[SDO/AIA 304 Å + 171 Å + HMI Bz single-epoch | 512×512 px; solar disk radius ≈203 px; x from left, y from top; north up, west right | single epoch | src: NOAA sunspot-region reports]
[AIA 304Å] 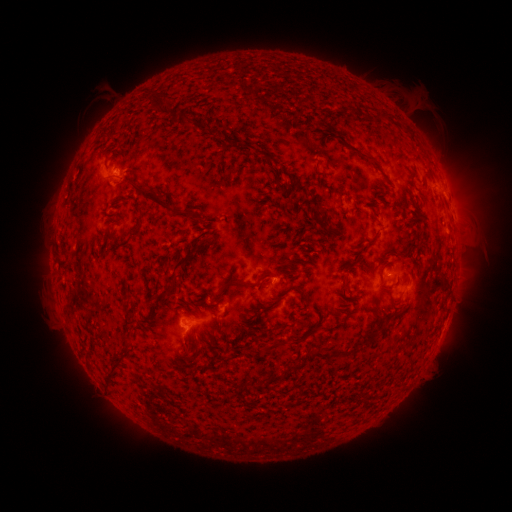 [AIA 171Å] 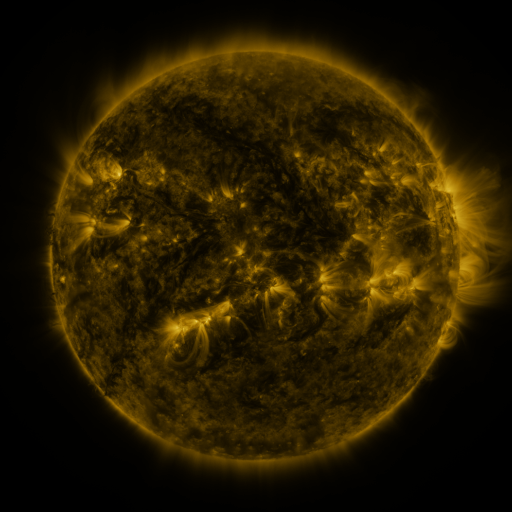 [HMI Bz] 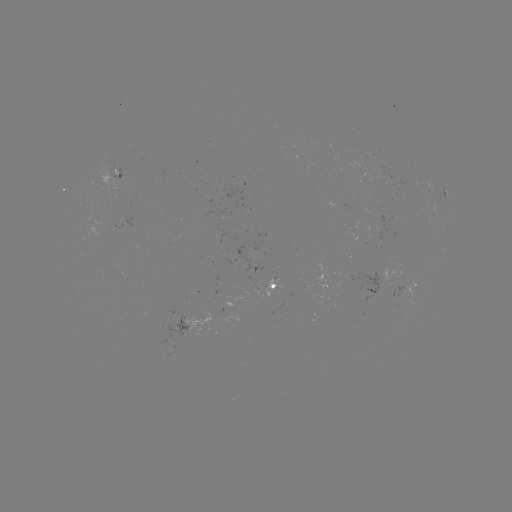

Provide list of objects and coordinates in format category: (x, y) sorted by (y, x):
spotted active region: (113, 175)
spotted active region: (442, 197)
spotted active region: (277, 283)
spotted active region: (416, 286)
spotted active region: (231, 301)
spotted active region: (197, 322)
spotted active region: (445, 324)
